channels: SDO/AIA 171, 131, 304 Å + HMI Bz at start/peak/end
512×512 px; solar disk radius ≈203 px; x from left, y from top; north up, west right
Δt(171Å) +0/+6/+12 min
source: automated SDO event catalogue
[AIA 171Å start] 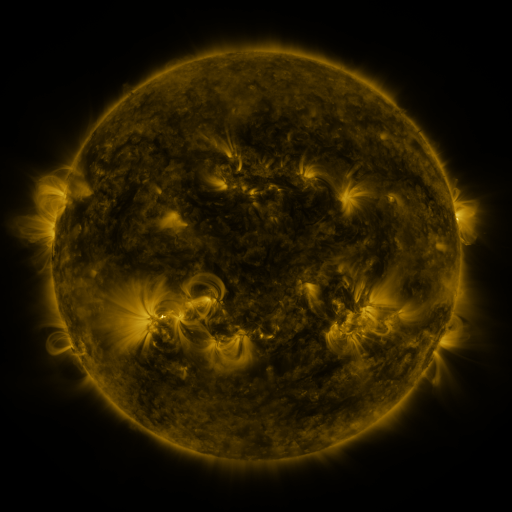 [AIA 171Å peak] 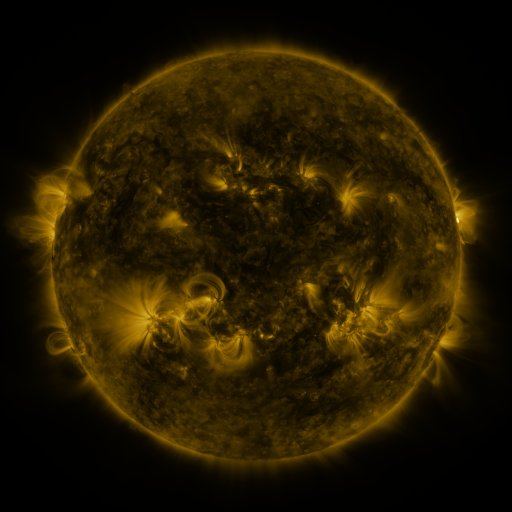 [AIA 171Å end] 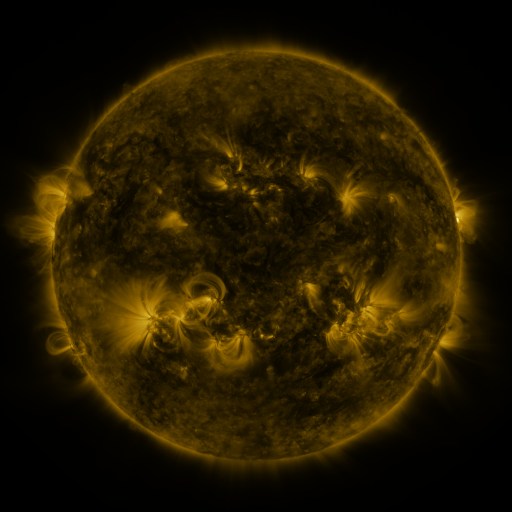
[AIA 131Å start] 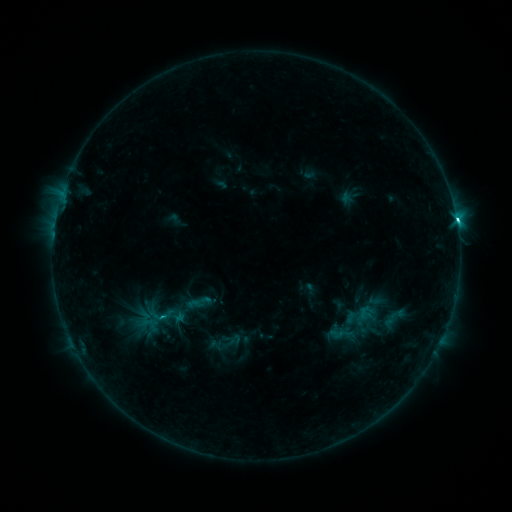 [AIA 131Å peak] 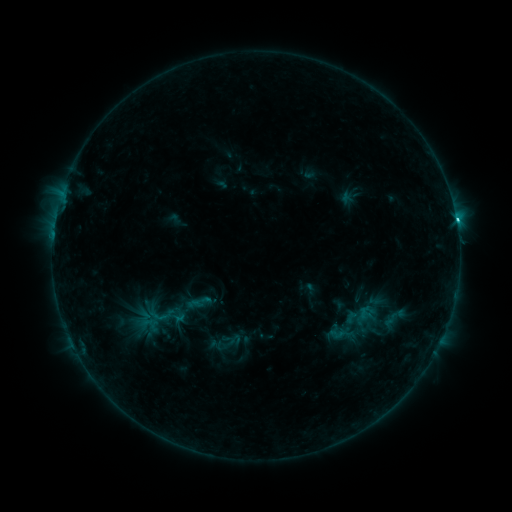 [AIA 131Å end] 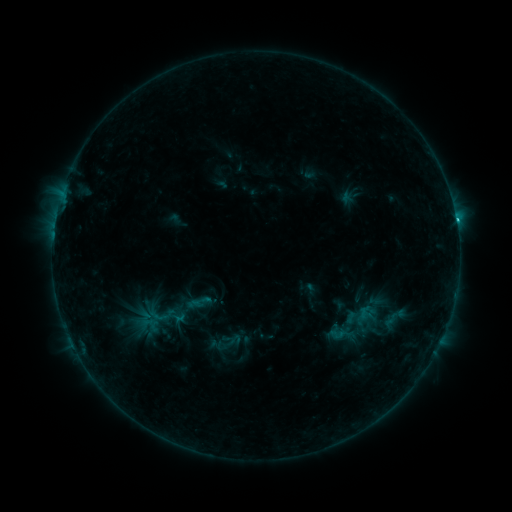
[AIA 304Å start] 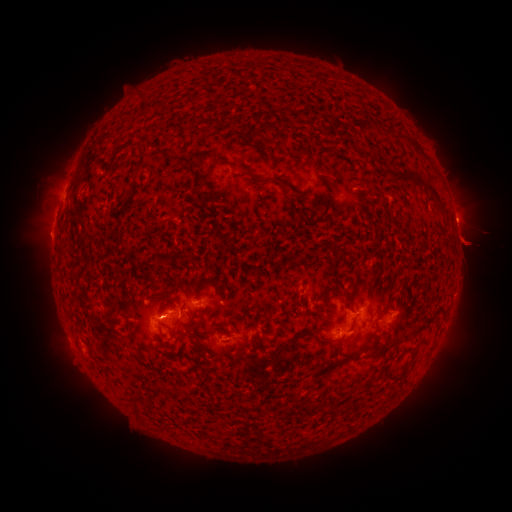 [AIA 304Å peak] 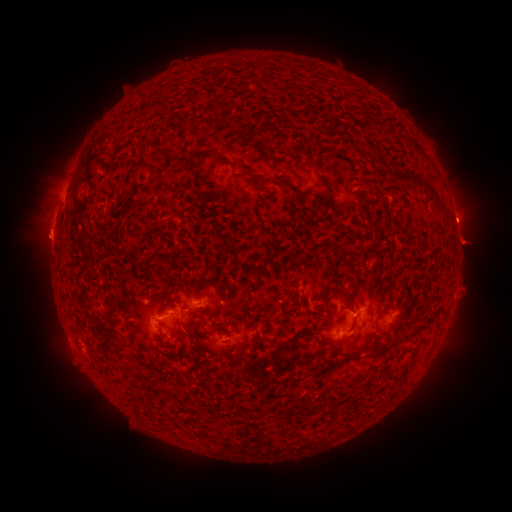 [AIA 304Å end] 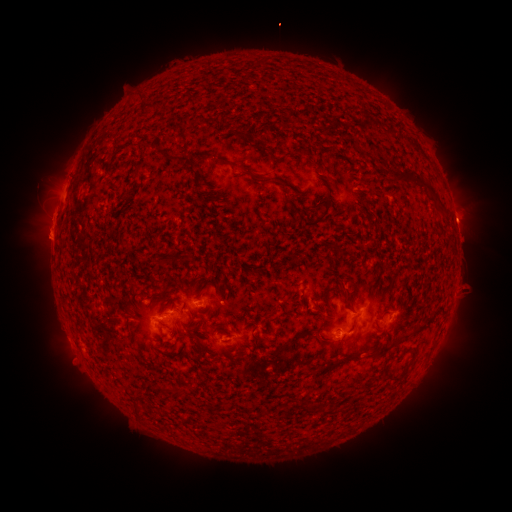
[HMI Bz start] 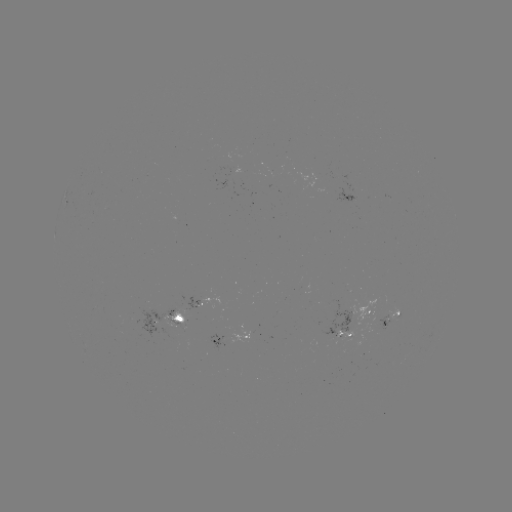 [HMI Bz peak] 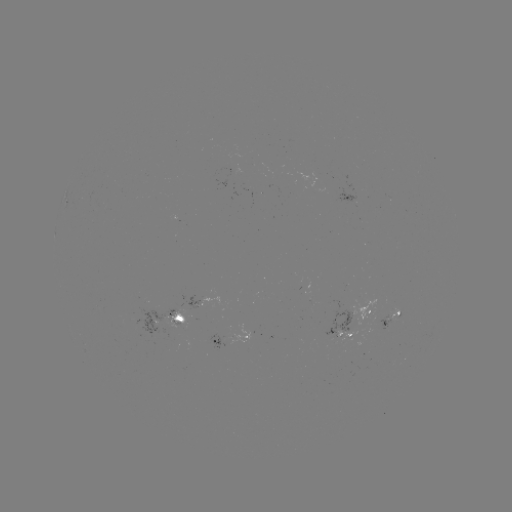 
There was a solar eruption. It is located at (471, 258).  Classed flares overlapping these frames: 1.